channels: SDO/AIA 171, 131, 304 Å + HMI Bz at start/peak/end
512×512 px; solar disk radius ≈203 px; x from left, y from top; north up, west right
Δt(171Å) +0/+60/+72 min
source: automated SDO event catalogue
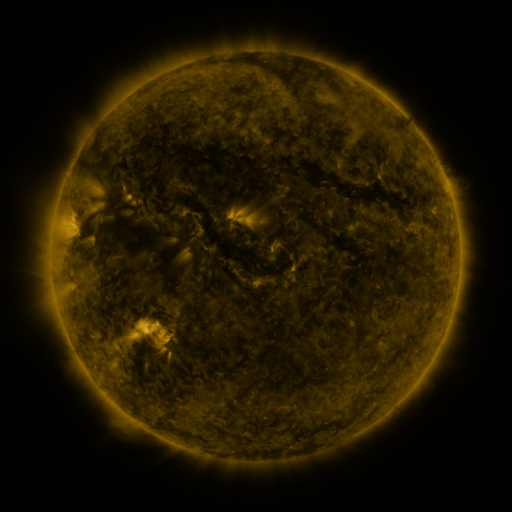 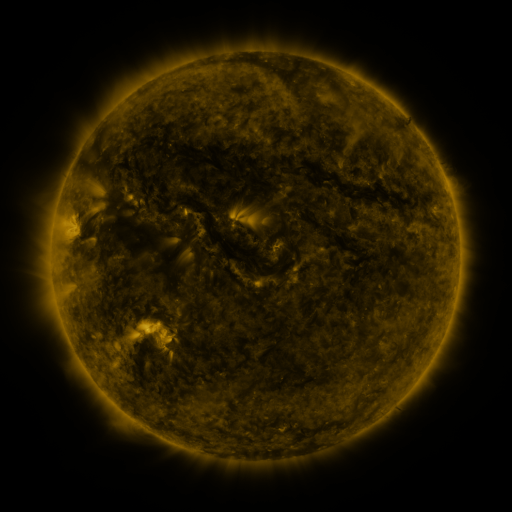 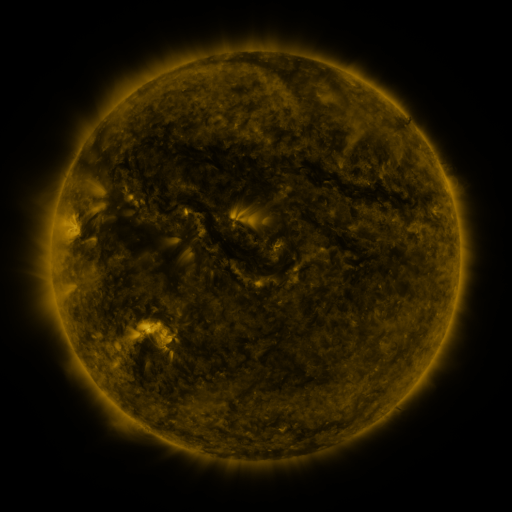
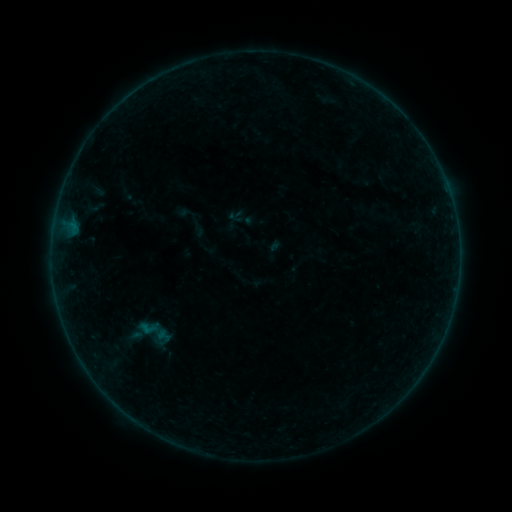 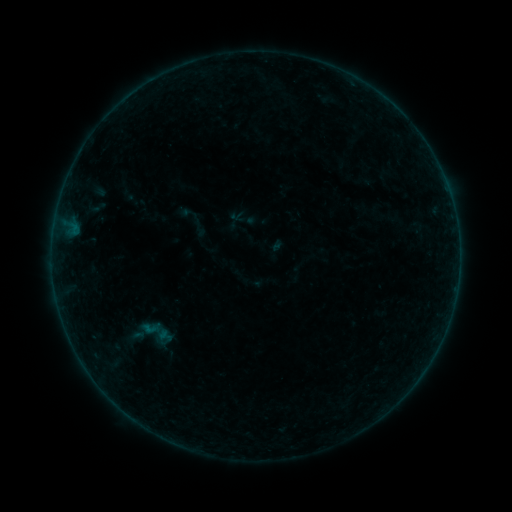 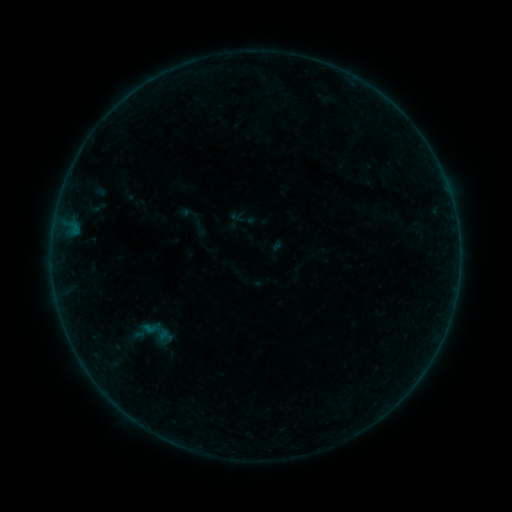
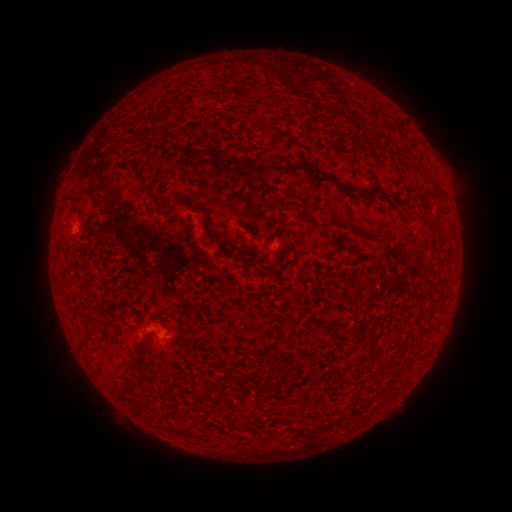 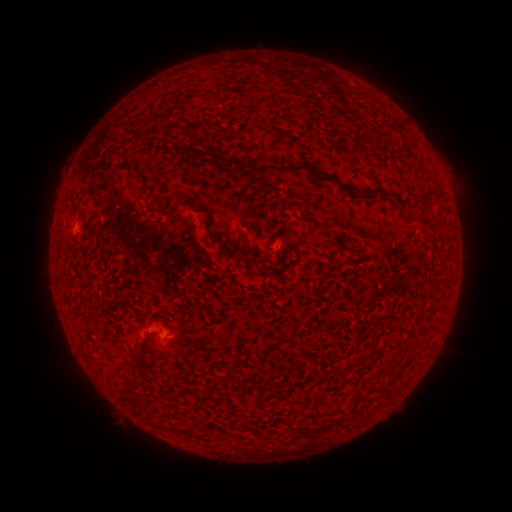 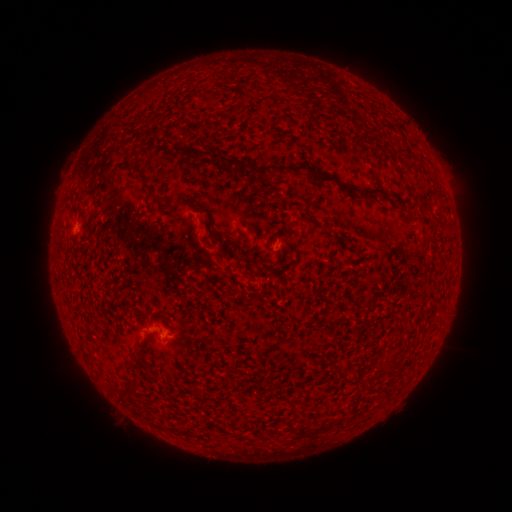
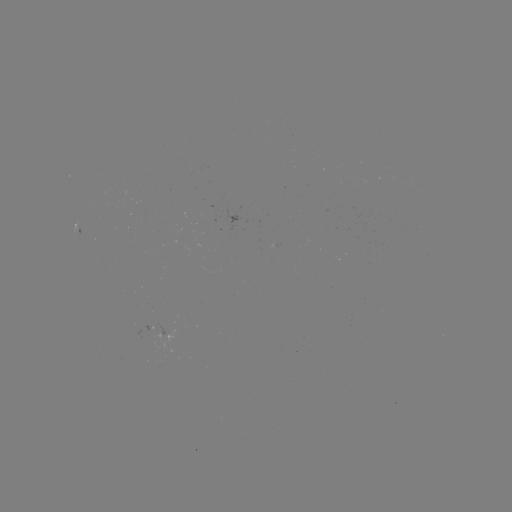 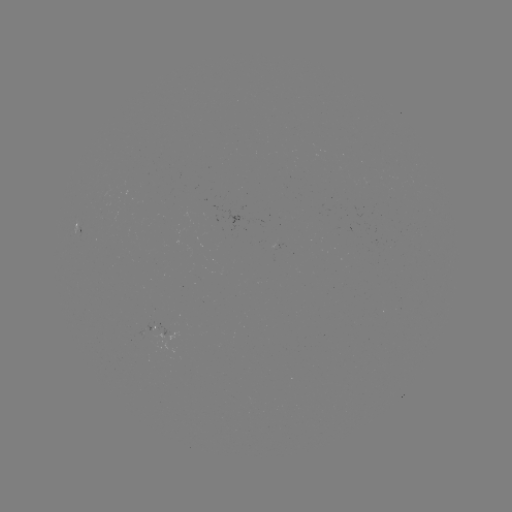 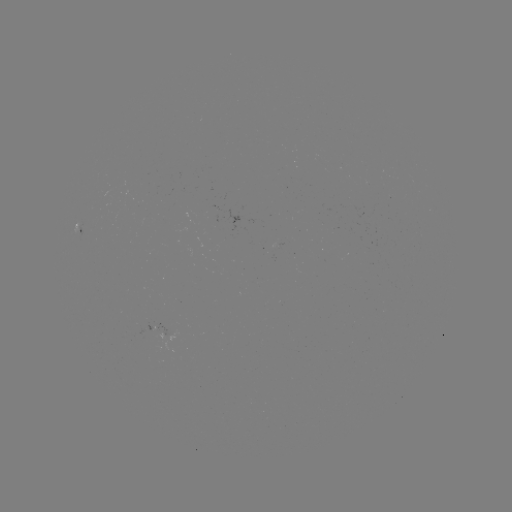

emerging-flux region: (137, 329, 162, 339)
